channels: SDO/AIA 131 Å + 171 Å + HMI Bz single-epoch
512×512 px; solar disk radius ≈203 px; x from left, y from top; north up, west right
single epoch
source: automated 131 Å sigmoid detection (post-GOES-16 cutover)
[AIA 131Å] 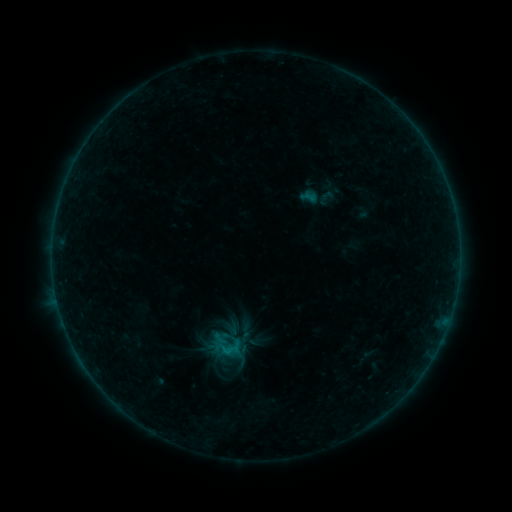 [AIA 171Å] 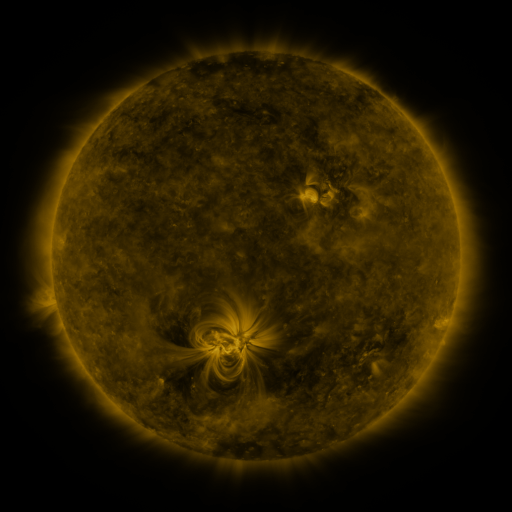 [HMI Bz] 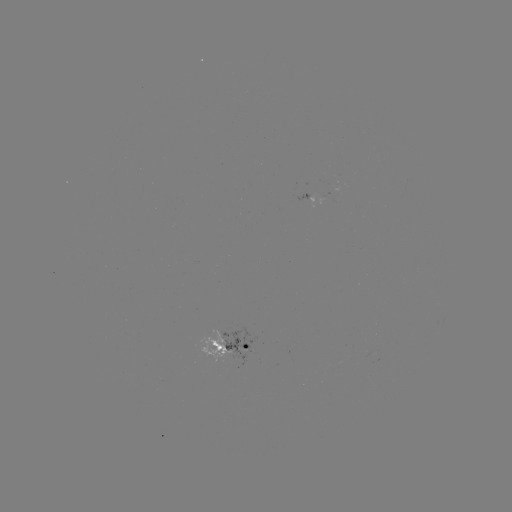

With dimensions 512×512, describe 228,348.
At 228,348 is sigmoid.